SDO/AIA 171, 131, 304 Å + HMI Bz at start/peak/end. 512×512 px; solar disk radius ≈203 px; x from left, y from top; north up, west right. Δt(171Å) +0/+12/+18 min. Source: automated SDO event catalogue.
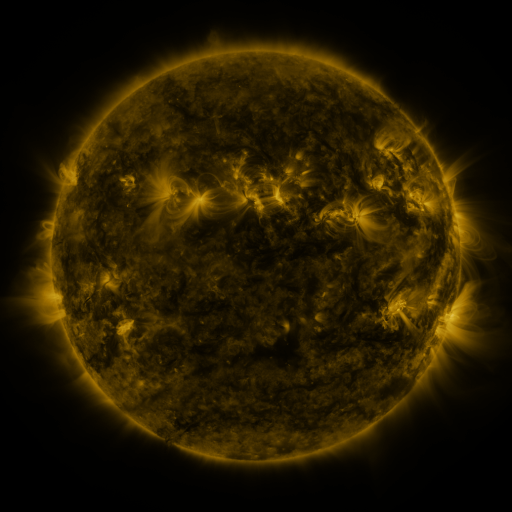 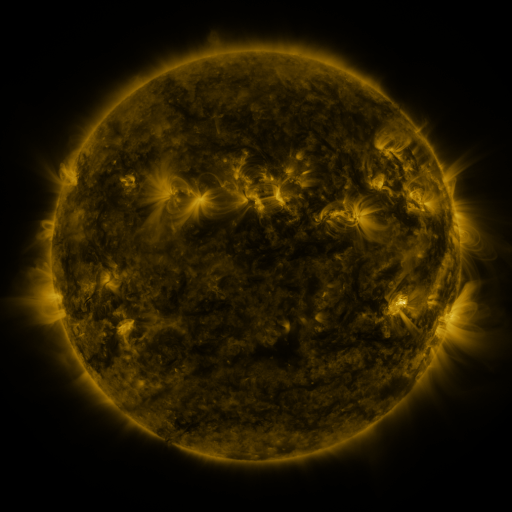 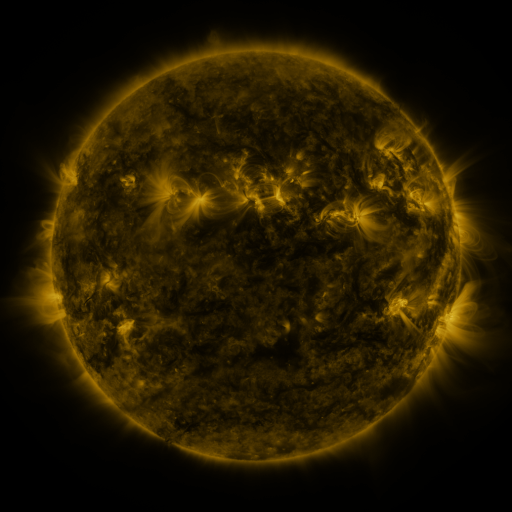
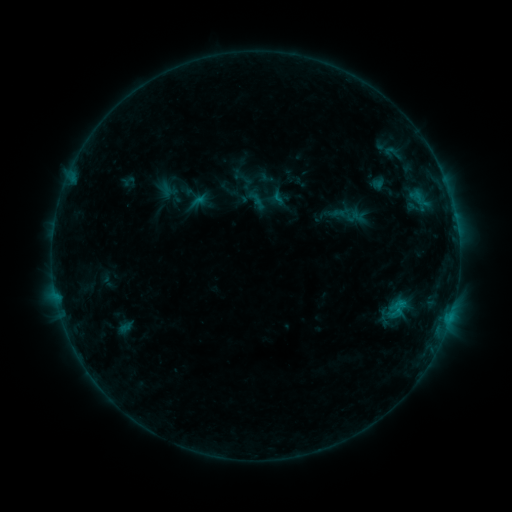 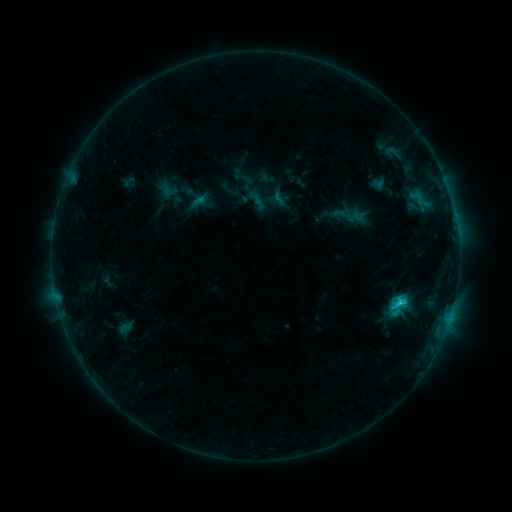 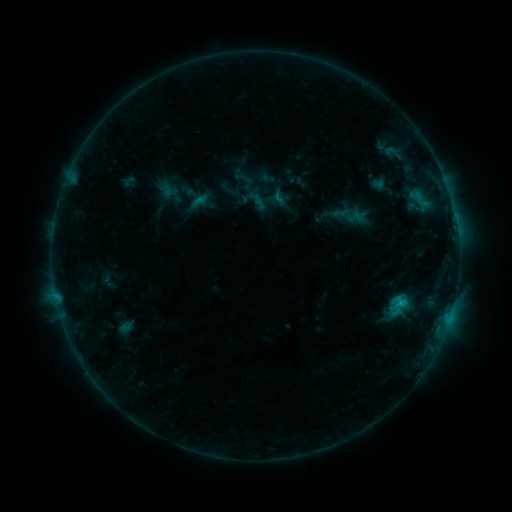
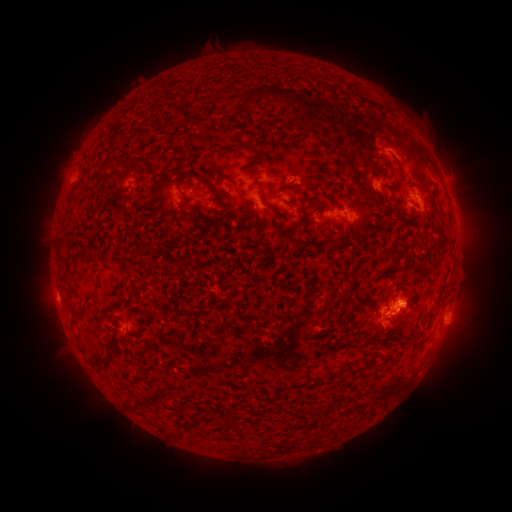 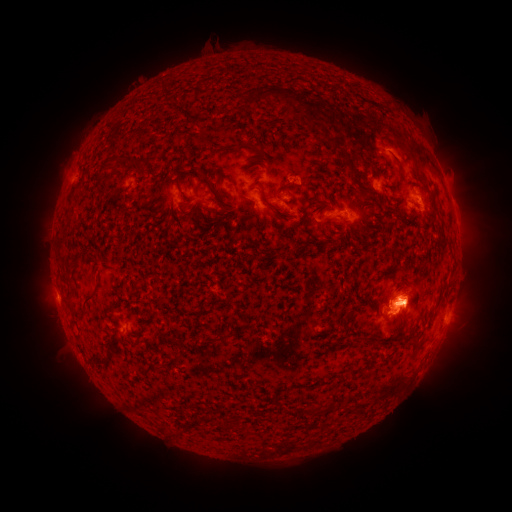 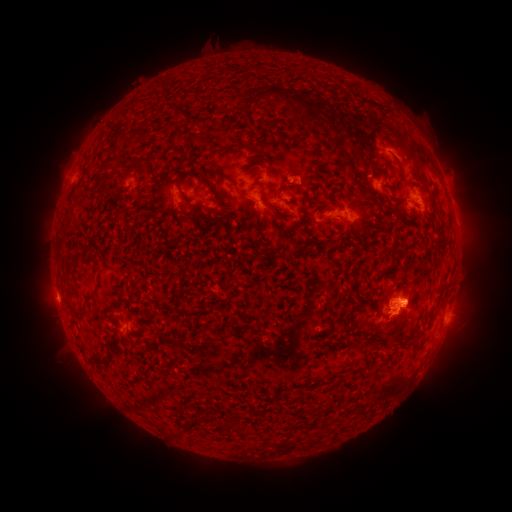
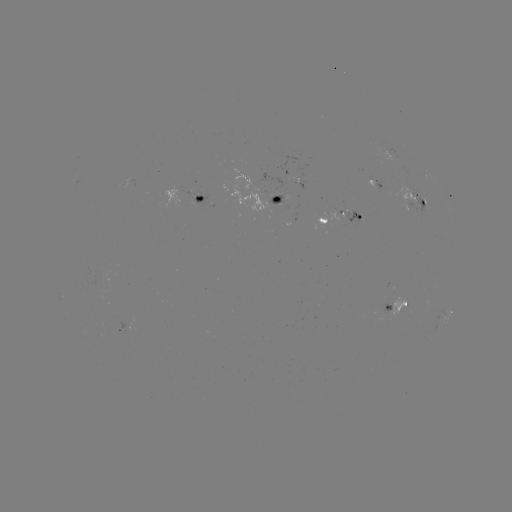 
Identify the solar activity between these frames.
C2.6 flare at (400, 298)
